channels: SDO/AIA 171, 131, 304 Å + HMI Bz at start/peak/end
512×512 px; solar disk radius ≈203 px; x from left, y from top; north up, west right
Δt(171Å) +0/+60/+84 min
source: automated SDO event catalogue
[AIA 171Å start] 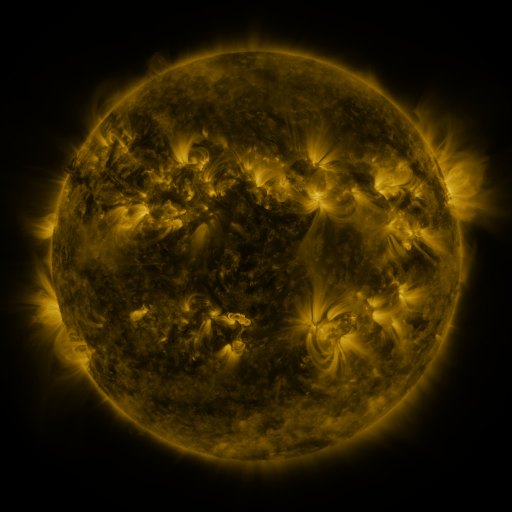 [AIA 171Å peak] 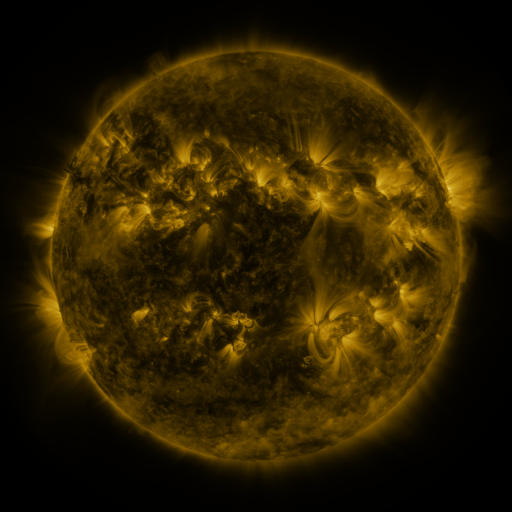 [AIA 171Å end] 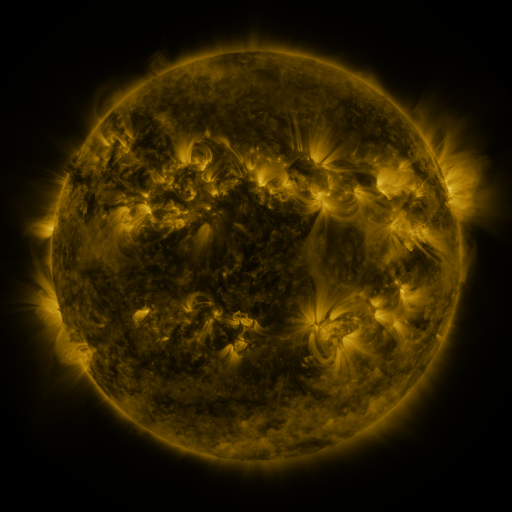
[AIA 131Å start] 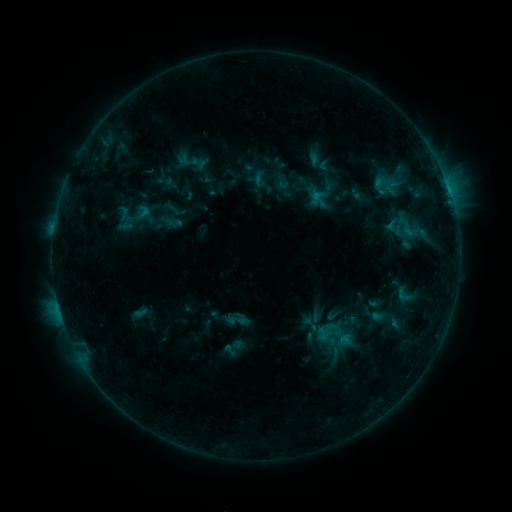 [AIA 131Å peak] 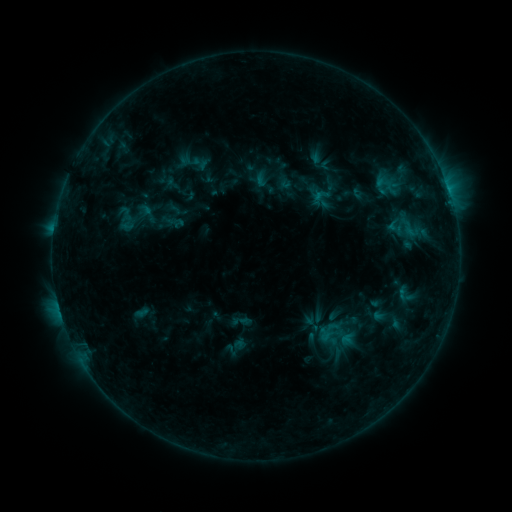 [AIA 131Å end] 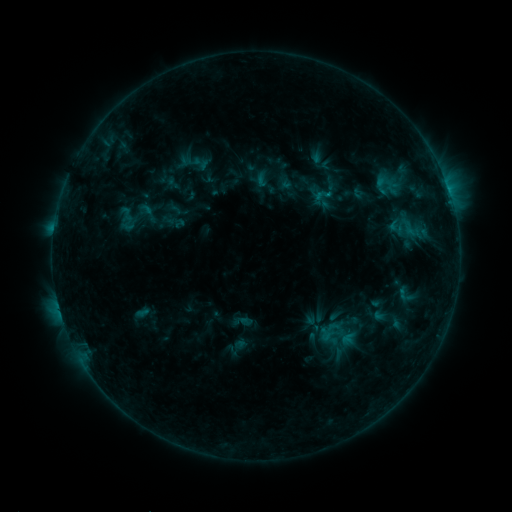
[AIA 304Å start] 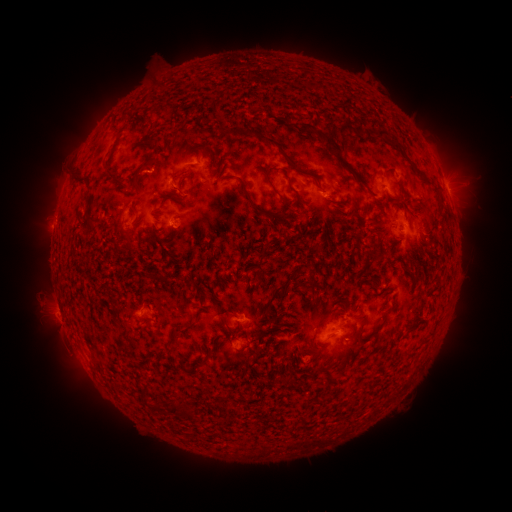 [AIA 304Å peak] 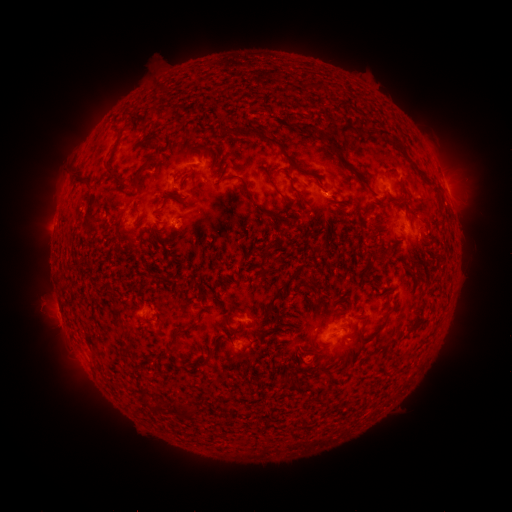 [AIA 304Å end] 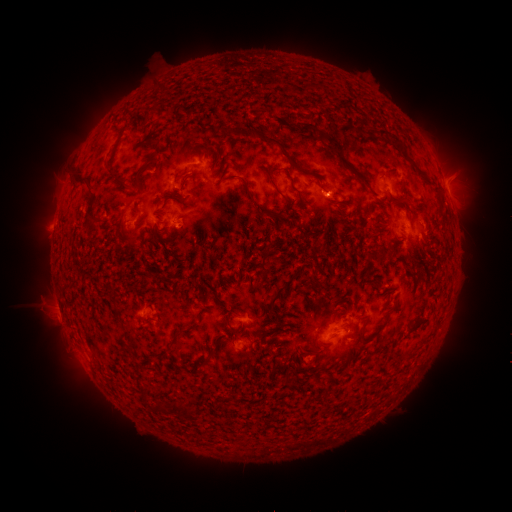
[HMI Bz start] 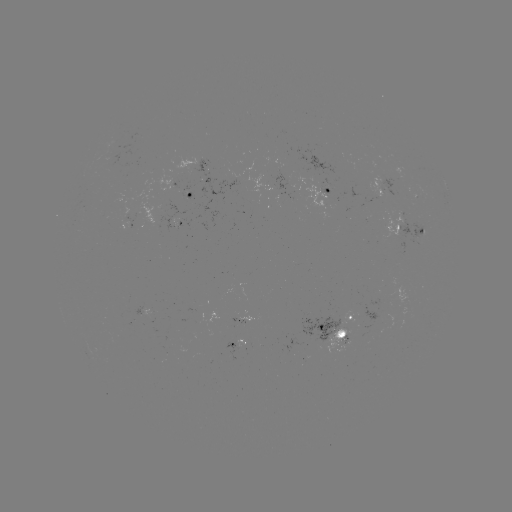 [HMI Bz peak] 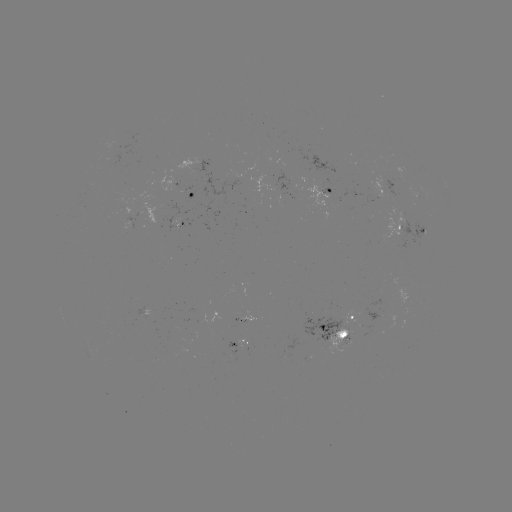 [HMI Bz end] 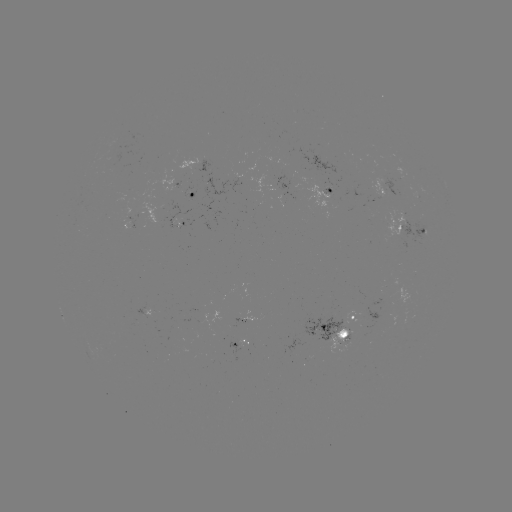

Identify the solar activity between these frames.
emerging-flux region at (419, 227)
